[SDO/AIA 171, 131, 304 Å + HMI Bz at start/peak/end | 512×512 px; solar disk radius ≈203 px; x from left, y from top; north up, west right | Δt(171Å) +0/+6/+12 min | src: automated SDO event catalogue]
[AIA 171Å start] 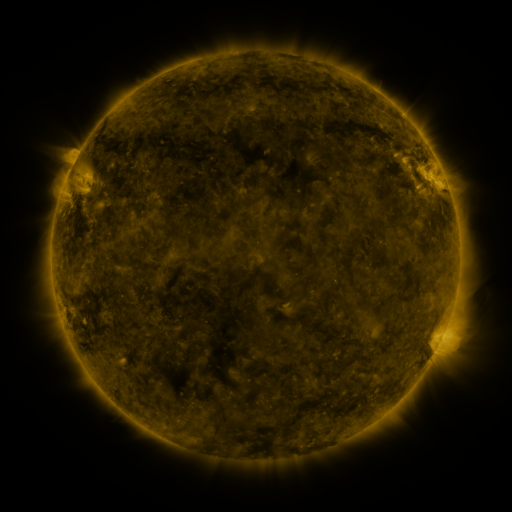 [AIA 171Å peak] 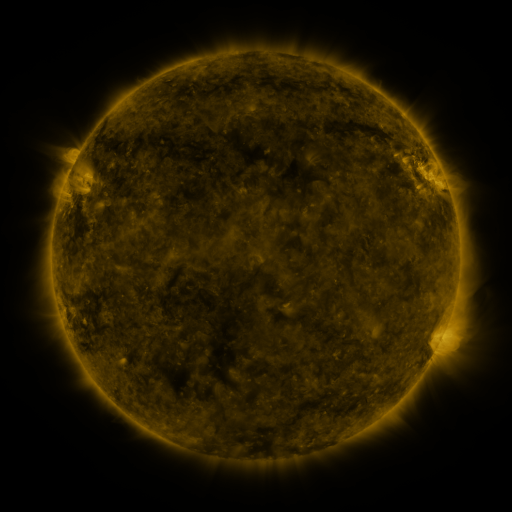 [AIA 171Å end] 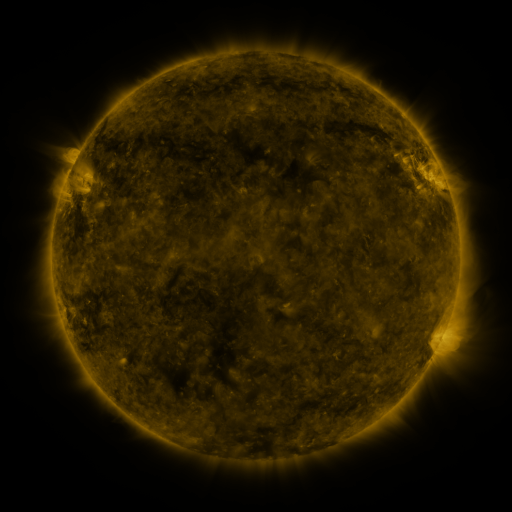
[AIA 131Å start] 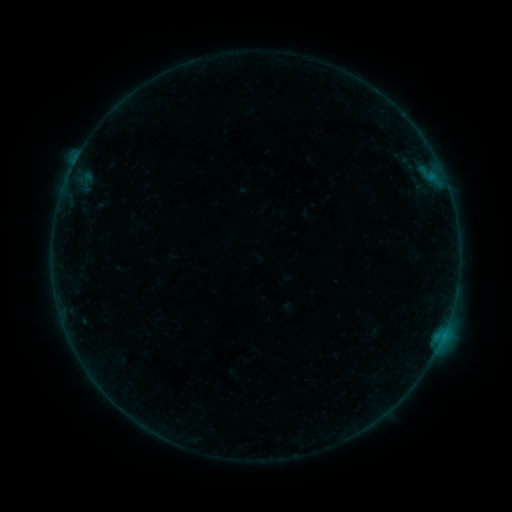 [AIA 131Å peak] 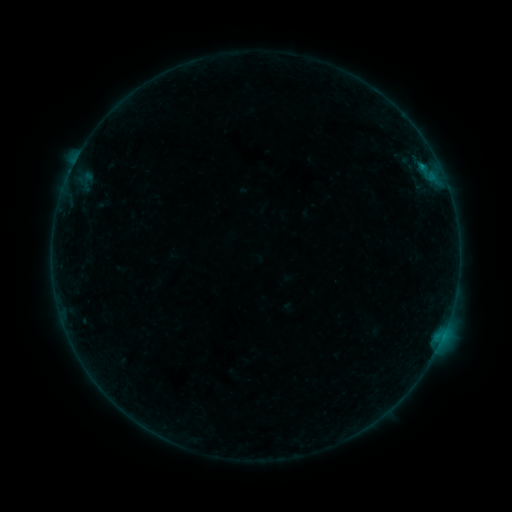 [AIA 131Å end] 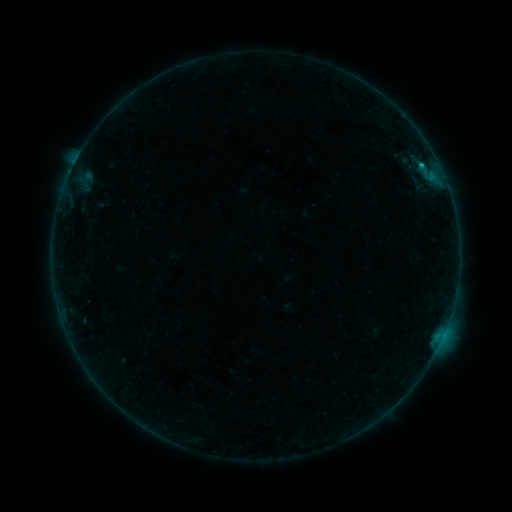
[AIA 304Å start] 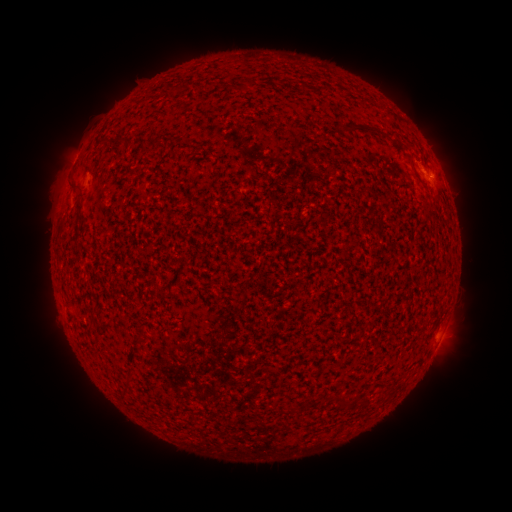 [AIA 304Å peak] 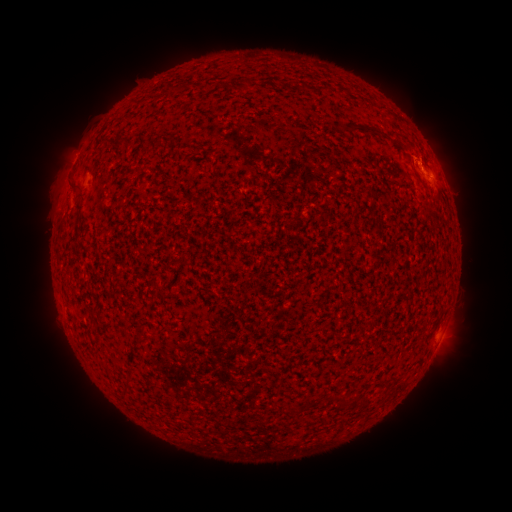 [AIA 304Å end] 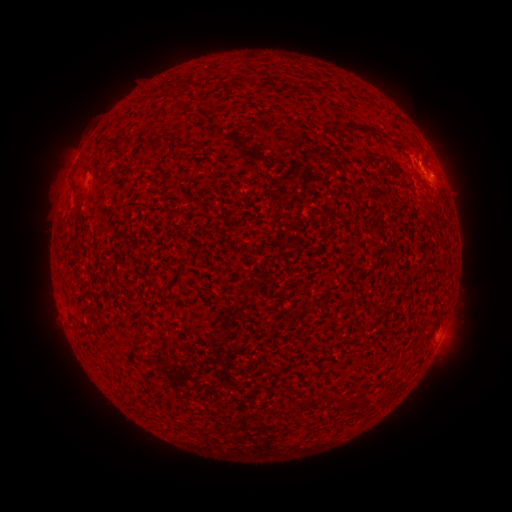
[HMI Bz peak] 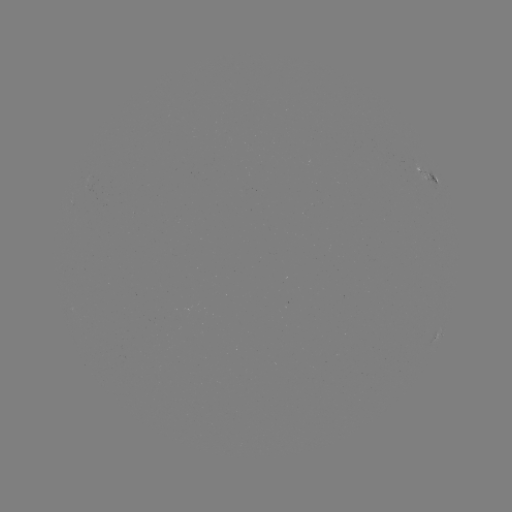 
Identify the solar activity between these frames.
B4.2 flare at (420, 167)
